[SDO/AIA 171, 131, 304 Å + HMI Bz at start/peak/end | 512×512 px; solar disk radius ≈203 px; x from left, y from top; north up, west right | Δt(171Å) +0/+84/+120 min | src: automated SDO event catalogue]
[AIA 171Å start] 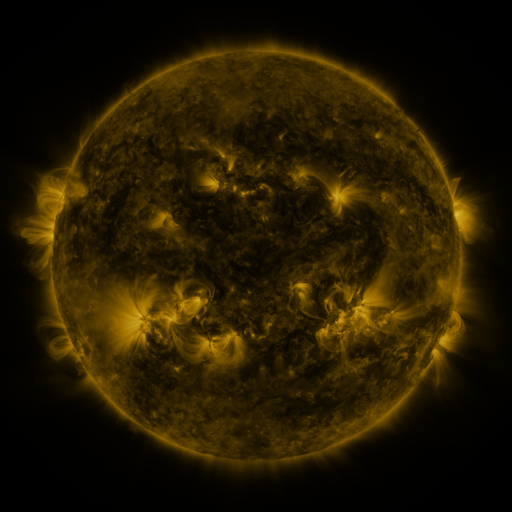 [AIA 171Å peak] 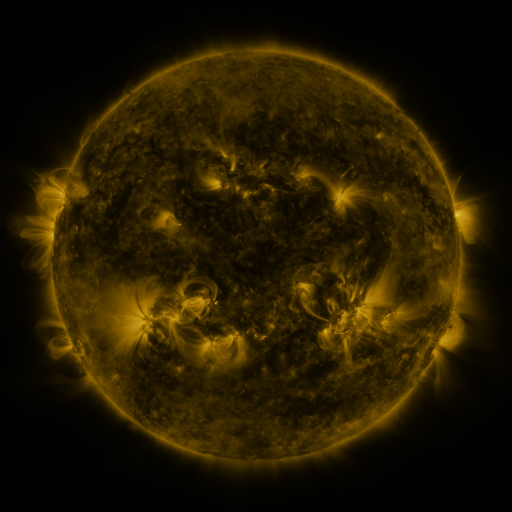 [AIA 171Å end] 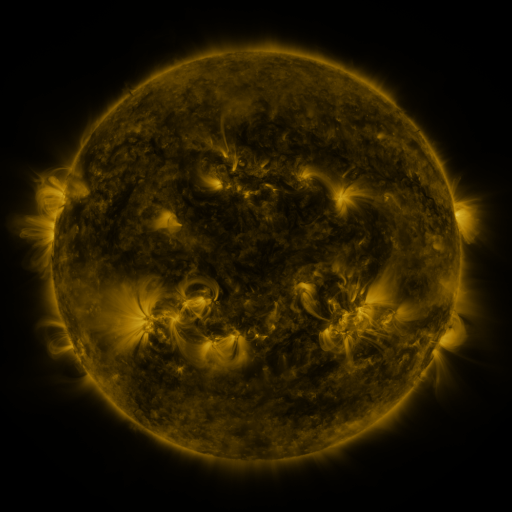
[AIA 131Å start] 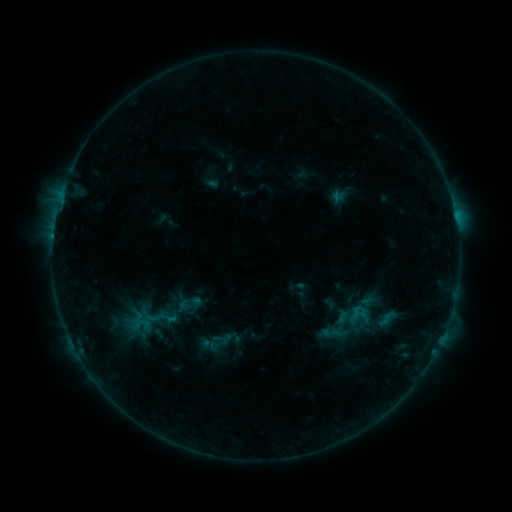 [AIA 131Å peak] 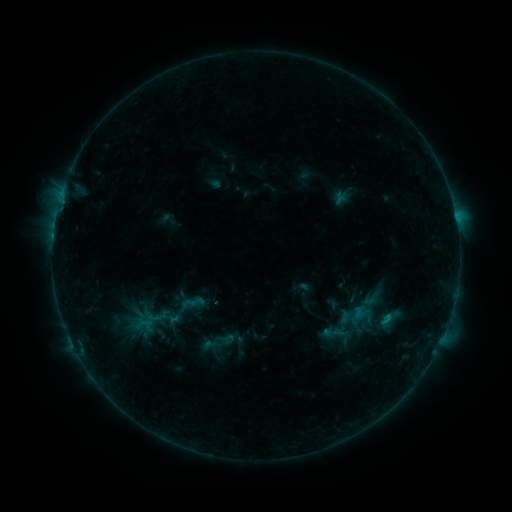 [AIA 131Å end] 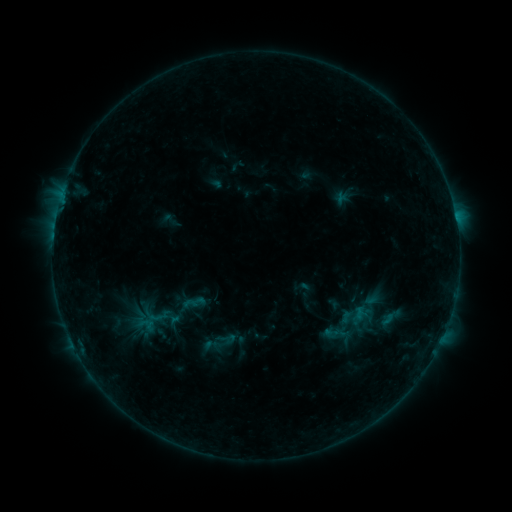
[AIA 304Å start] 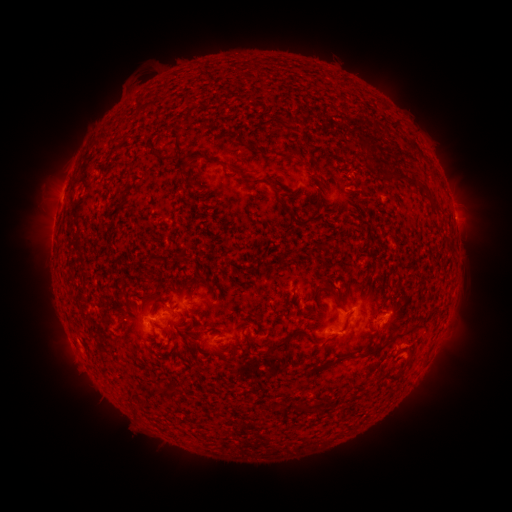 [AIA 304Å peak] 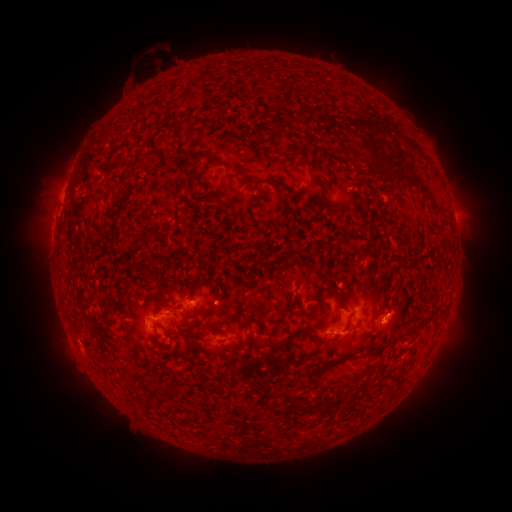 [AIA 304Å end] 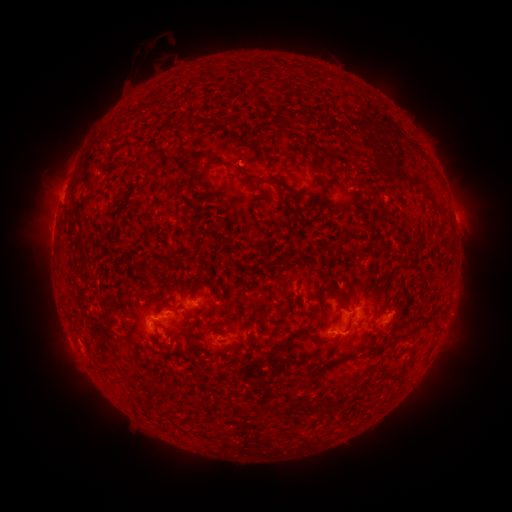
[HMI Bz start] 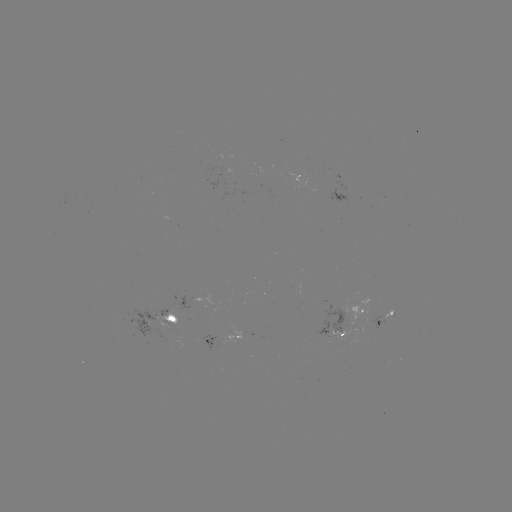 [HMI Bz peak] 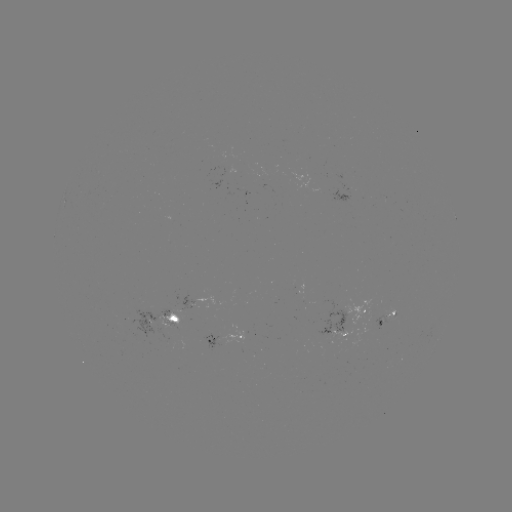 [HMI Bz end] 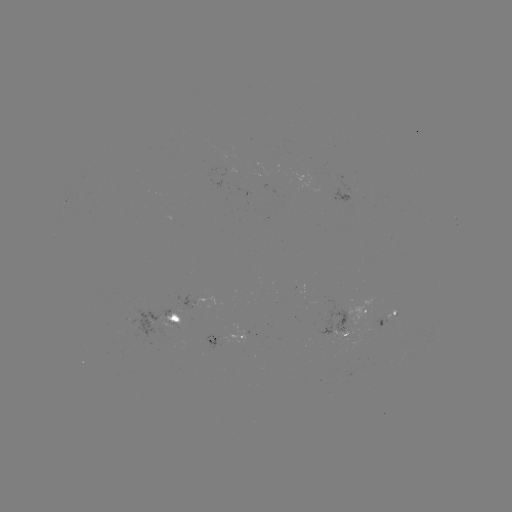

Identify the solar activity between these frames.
emerging-flux region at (210, 301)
